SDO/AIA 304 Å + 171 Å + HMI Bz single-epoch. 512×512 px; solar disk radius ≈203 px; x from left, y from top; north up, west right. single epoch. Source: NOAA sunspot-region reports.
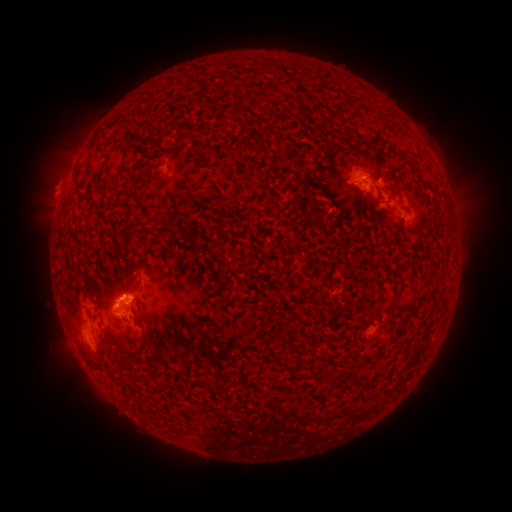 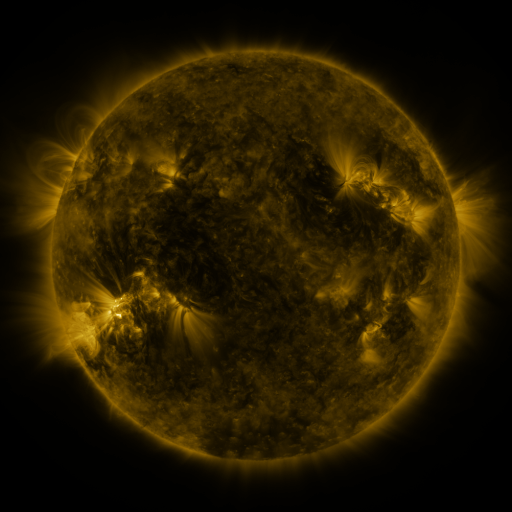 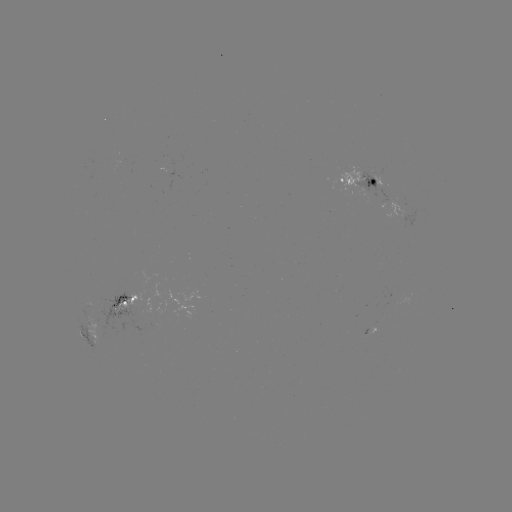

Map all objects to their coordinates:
spotted active region: (359, 185)
spotted active region: (415, 216)
spotted active region: (91, 302)
spotted active region: (122, 302)
spotted active region: (368, 332)
spotted active region: (92, 337)
